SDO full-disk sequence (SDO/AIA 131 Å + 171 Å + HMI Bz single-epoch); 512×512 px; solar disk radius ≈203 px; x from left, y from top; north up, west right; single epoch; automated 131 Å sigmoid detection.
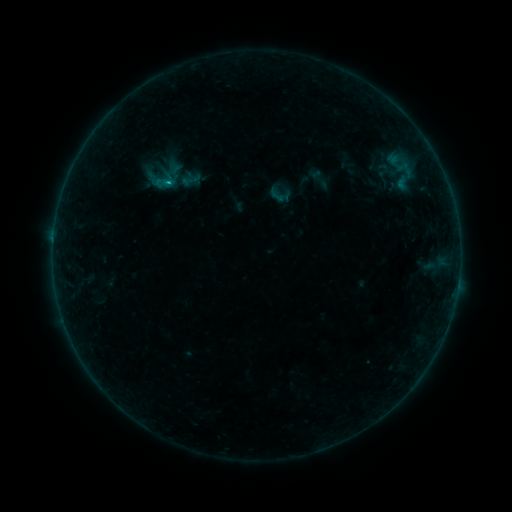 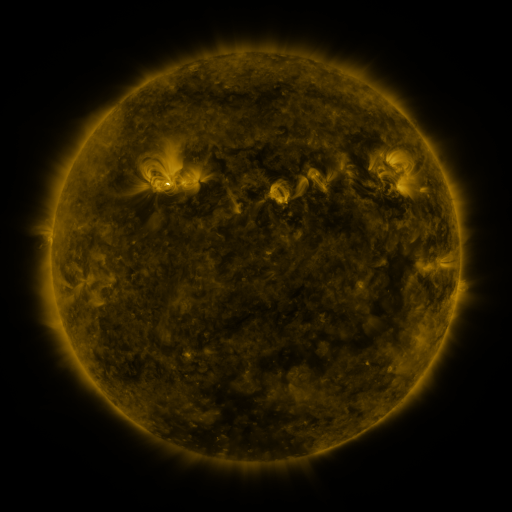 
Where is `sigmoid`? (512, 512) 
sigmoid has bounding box [267, 187, 285, 204].